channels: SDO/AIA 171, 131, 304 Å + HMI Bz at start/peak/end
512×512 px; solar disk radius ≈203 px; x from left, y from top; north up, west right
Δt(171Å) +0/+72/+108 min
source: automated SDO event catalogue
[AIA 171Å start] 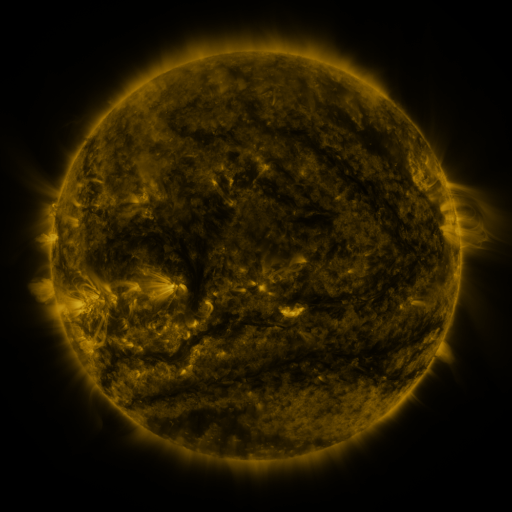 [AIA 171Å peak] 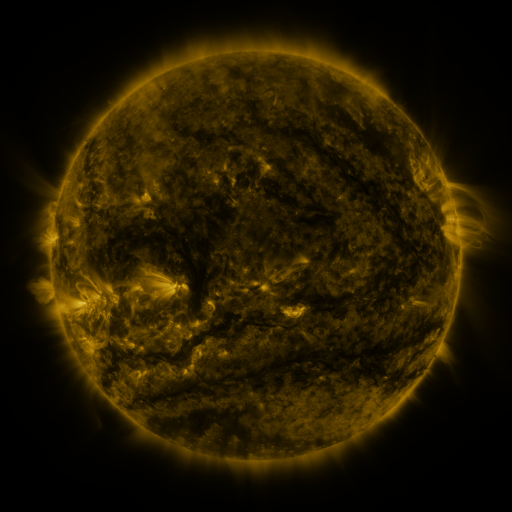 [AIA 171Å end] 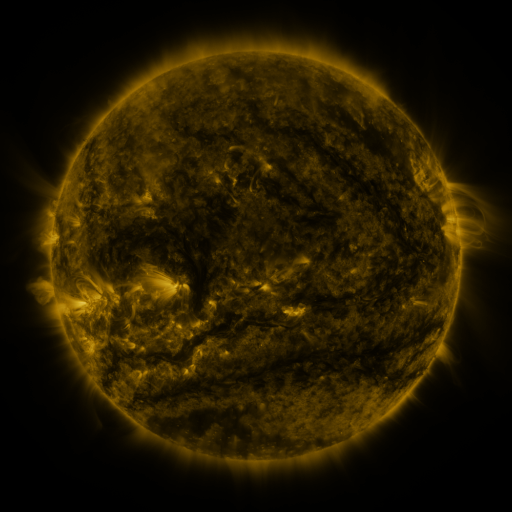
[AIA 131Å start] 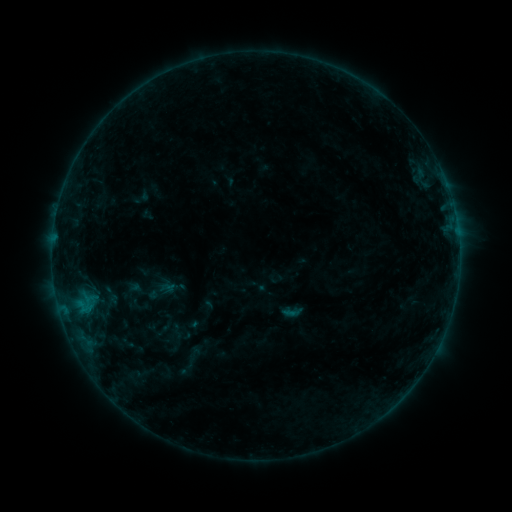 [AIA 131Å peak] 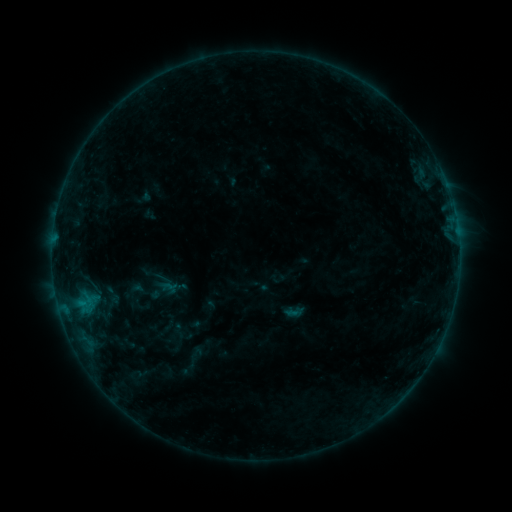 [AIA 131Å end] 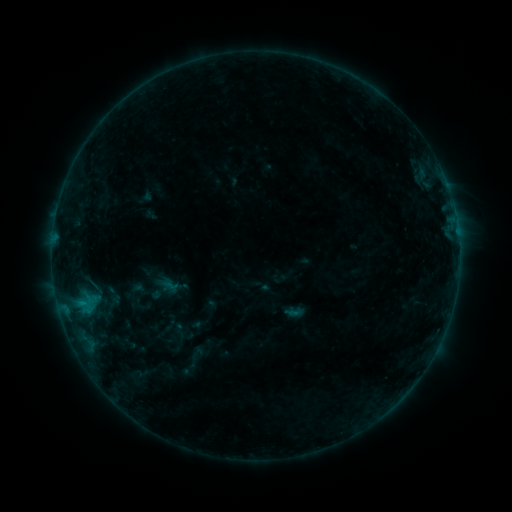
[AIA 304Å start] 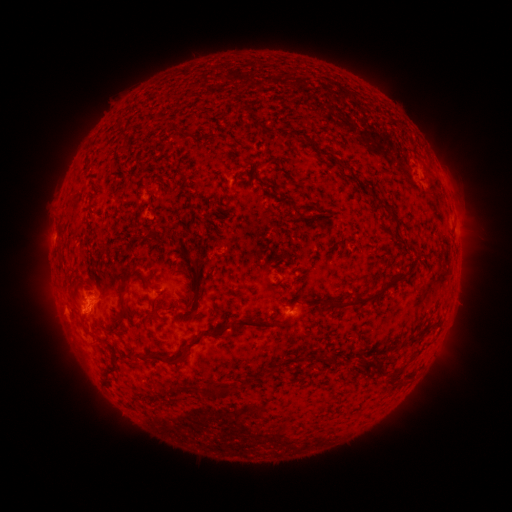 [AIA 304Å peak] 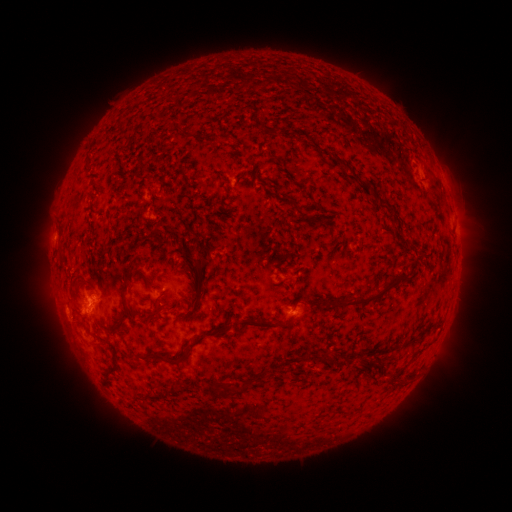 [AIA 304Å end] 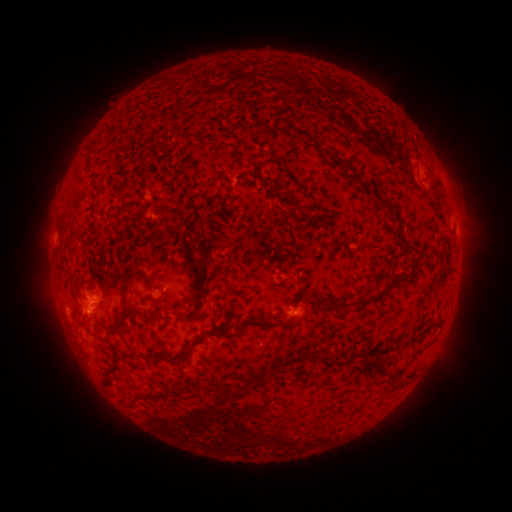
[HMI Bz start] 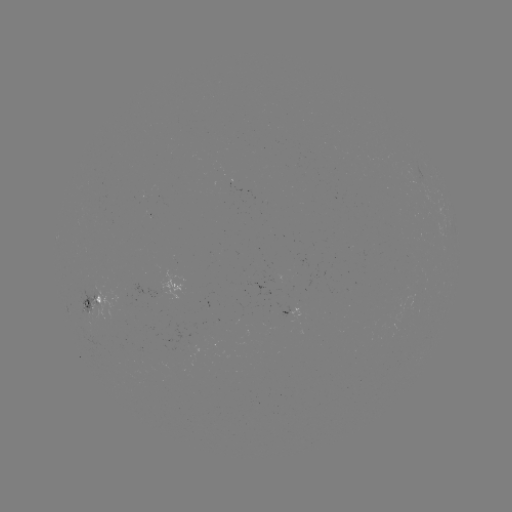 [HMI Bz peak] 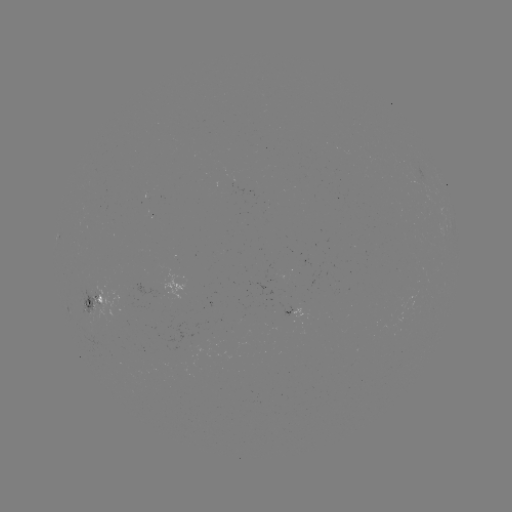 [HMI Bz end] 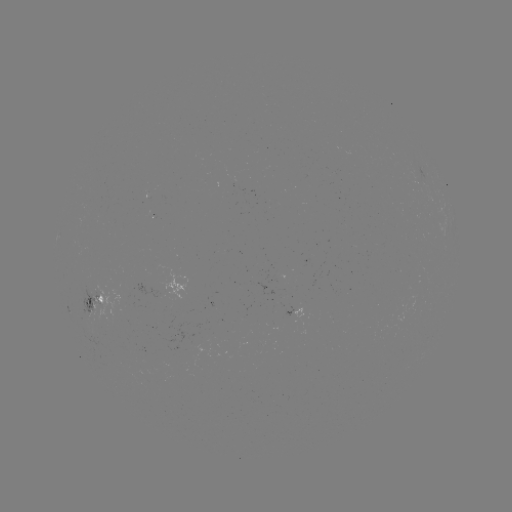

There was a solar emerging-flux region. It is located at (191, 342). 